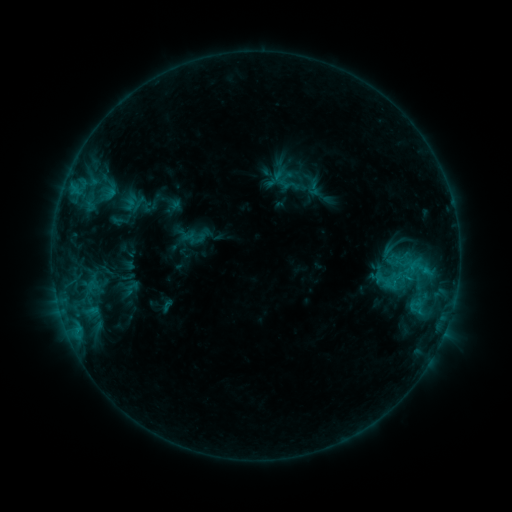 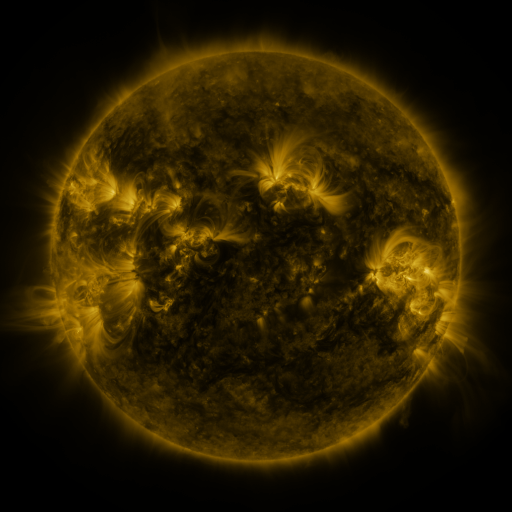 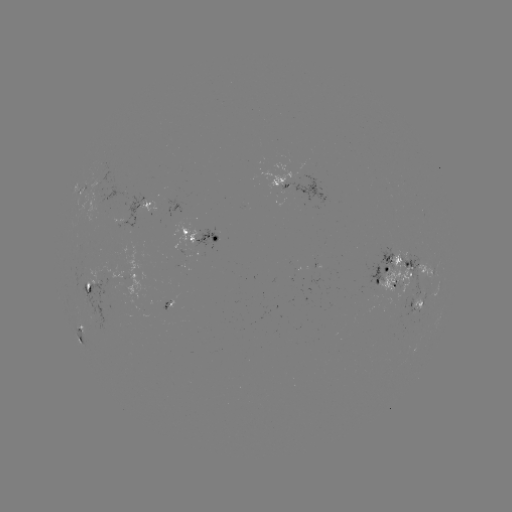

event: sigmoid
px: (186, 235)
